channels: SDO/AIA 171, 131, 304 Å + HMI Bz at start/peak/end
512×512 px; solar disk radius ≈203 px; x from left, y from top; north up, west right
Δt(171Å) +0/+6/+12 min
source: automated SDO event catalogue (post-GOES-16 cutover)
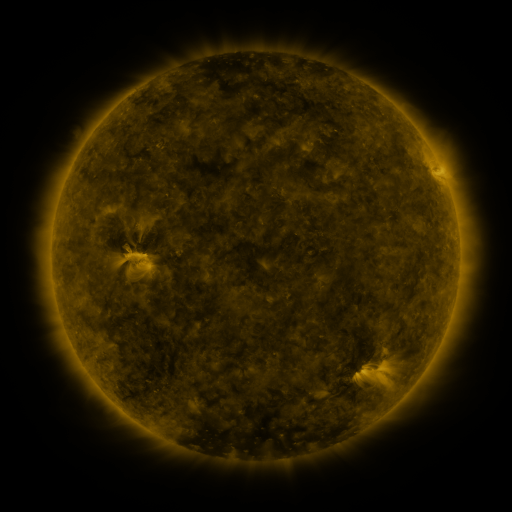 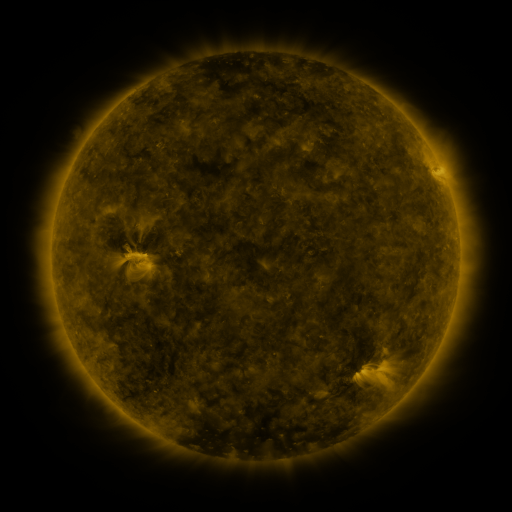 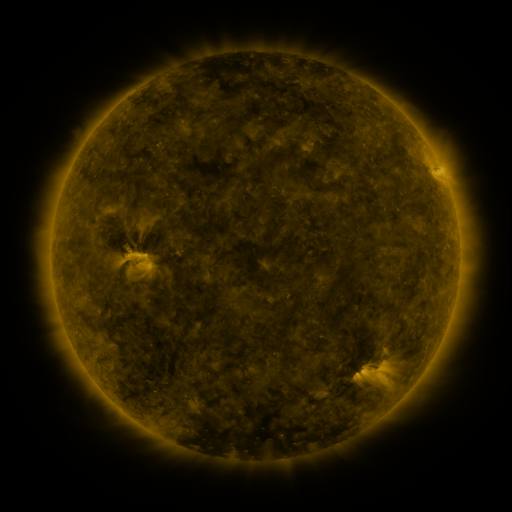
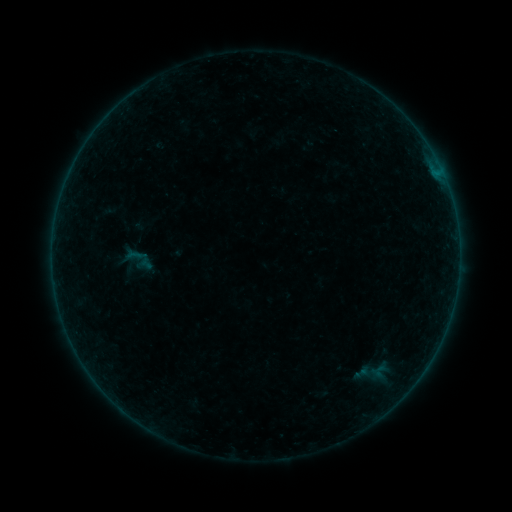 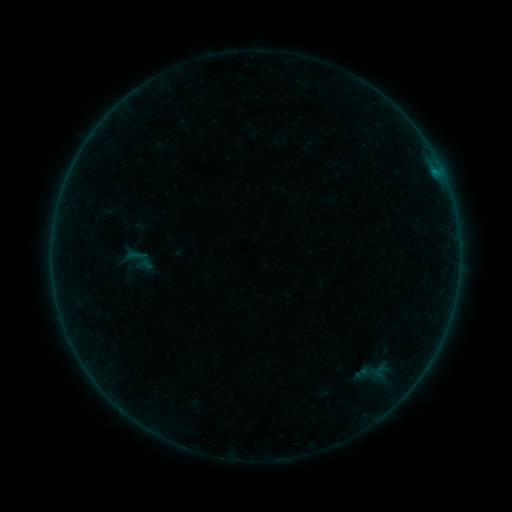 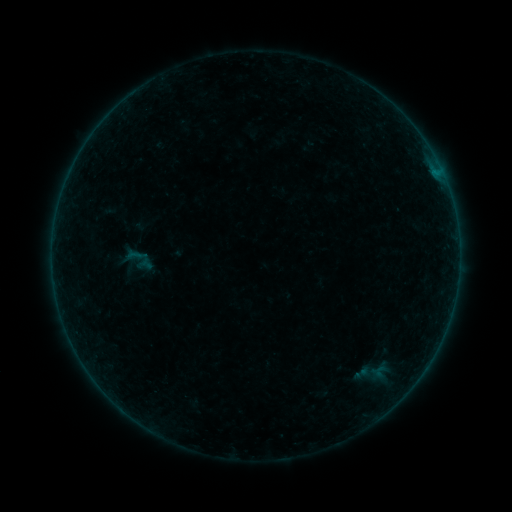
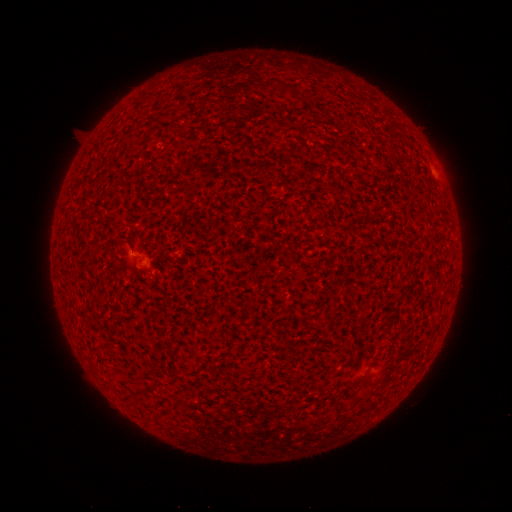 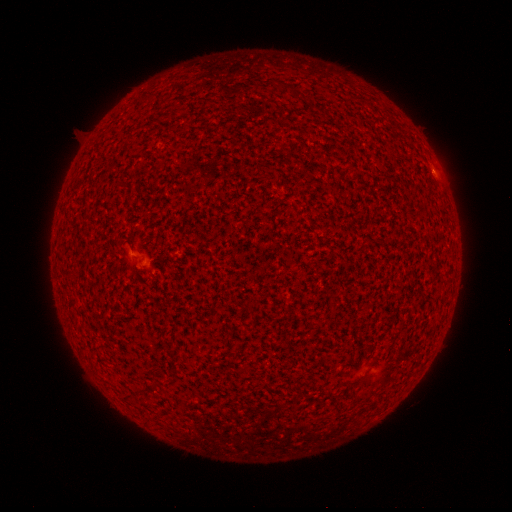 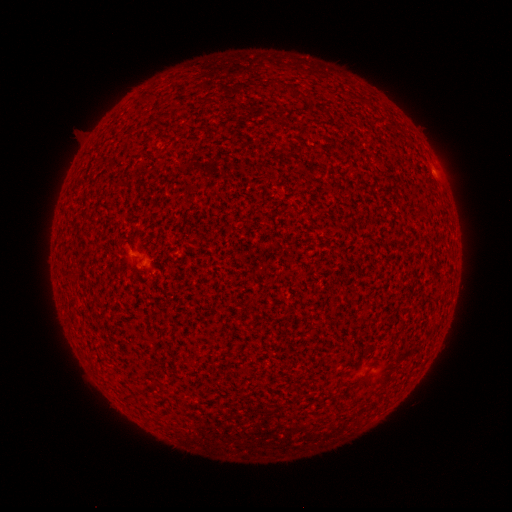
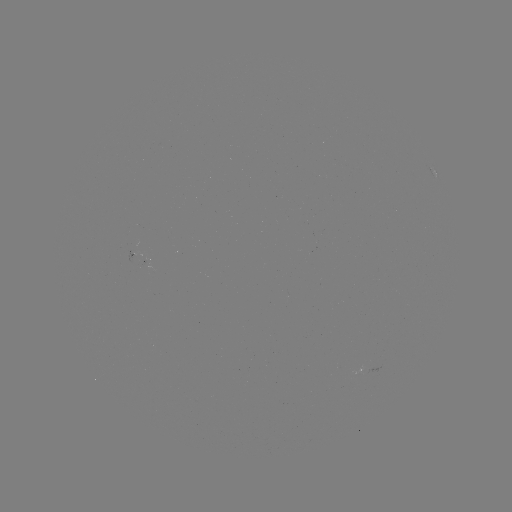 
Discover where B1.1 flare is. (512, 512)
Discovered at [434, 172].